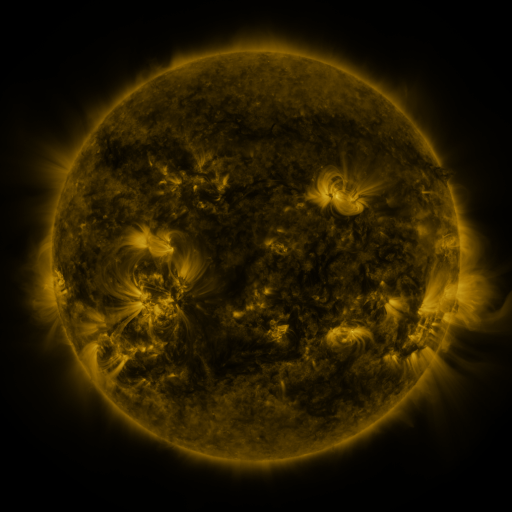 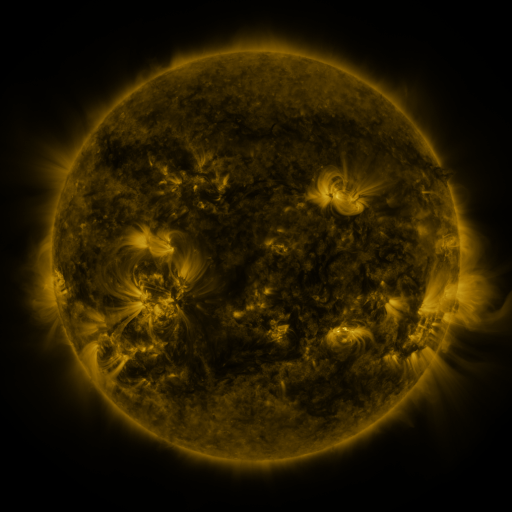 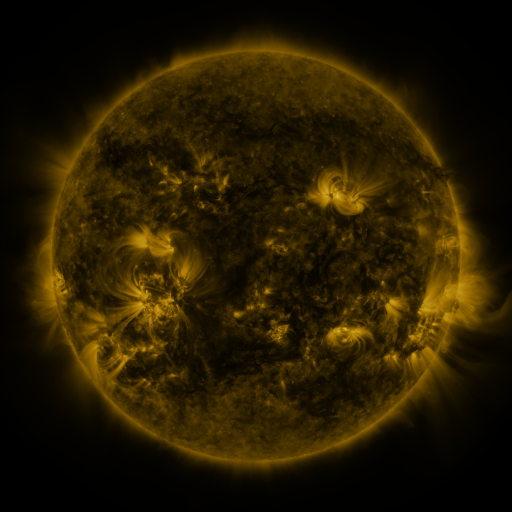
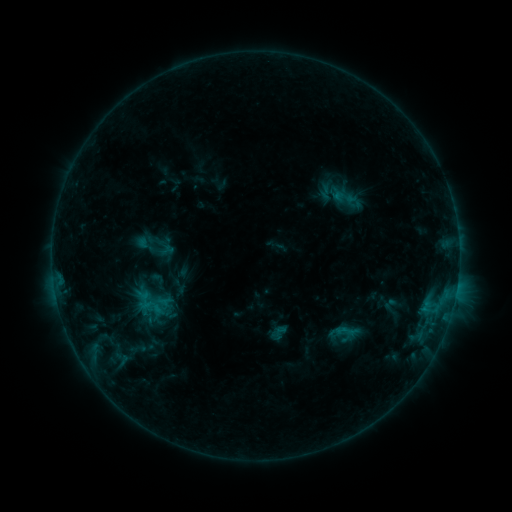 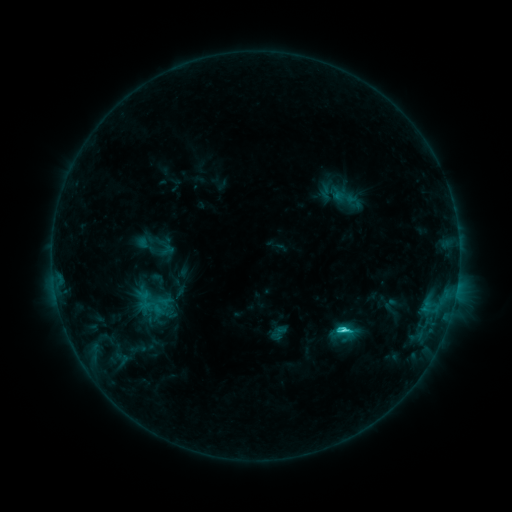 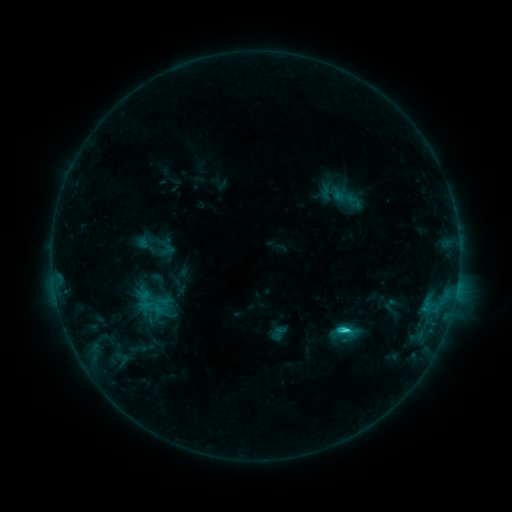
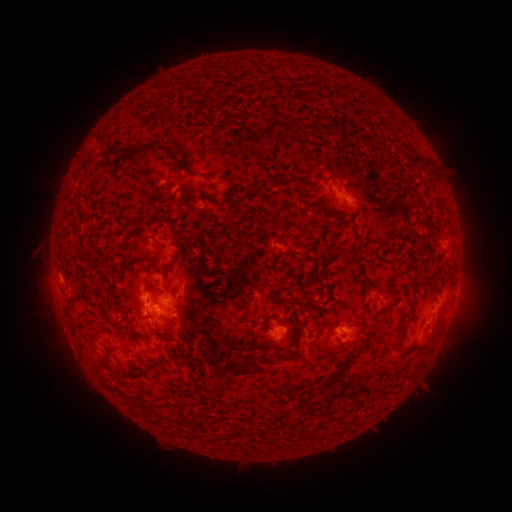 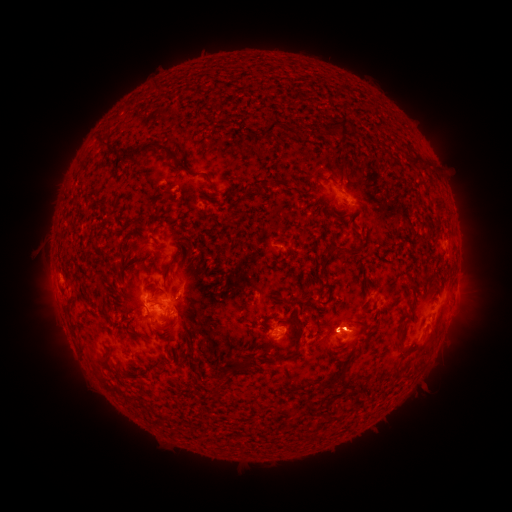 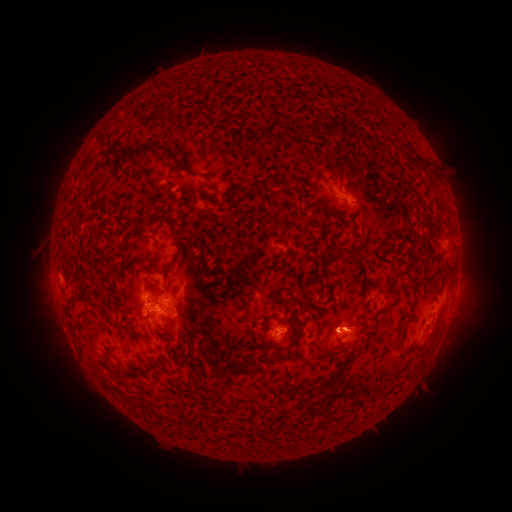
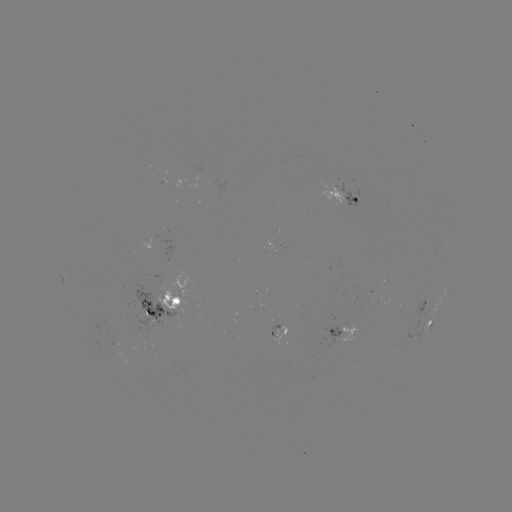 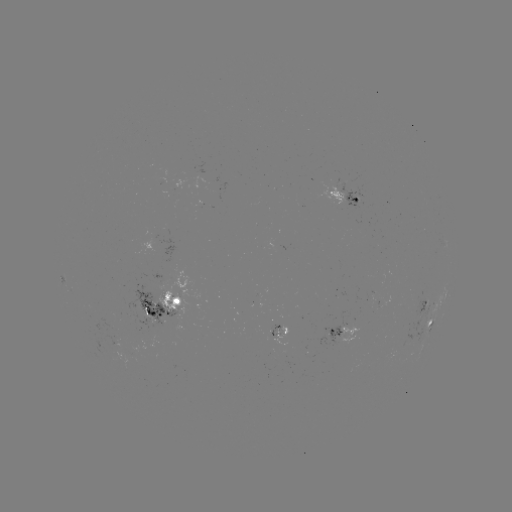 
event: flare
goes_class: C3.0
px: (341, 327)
